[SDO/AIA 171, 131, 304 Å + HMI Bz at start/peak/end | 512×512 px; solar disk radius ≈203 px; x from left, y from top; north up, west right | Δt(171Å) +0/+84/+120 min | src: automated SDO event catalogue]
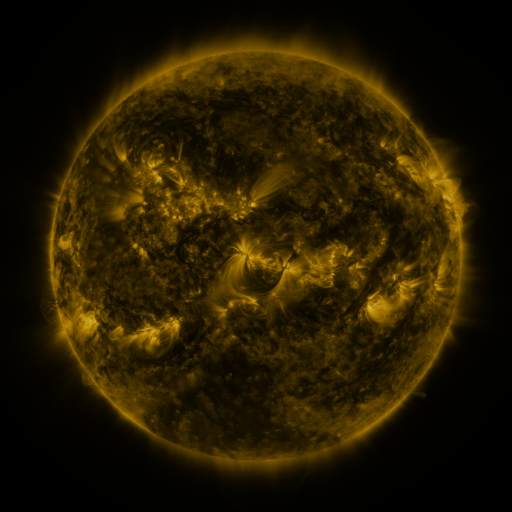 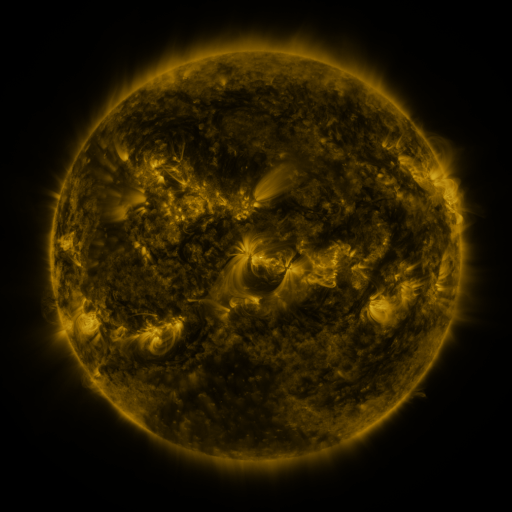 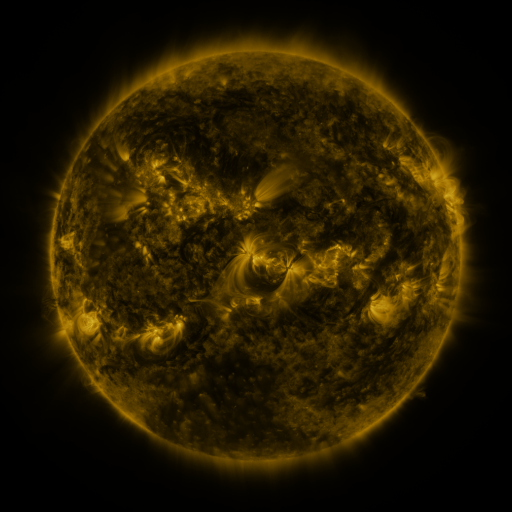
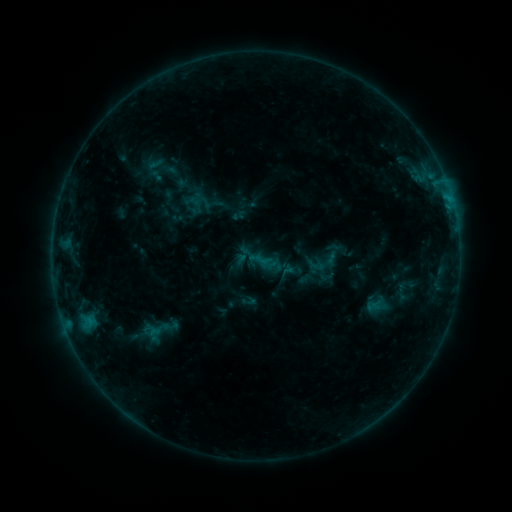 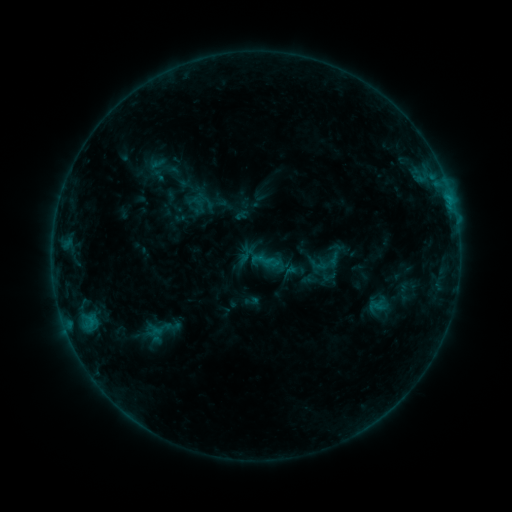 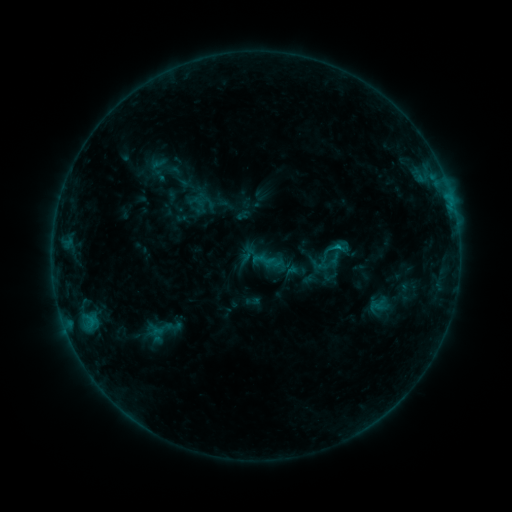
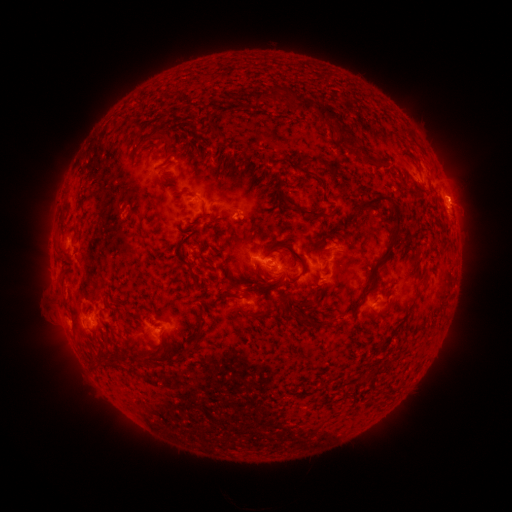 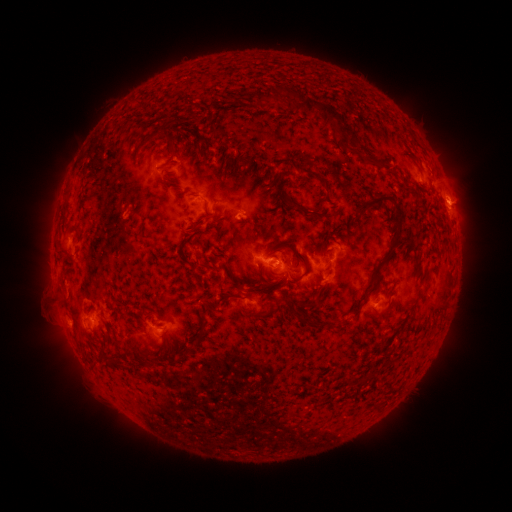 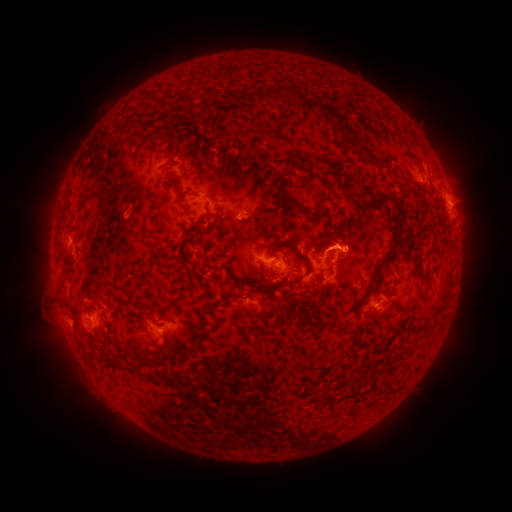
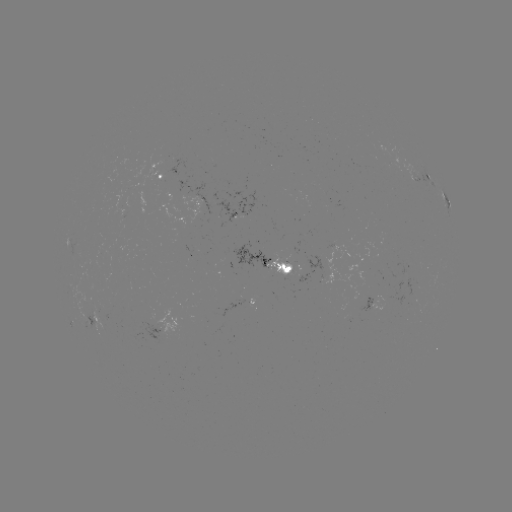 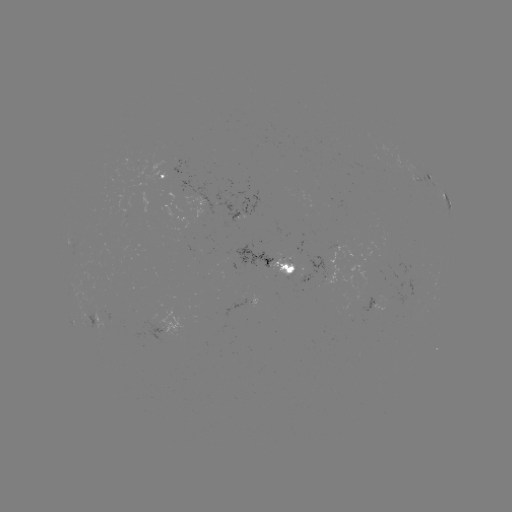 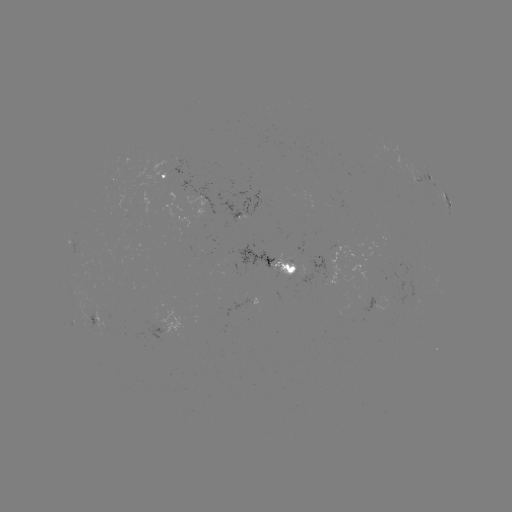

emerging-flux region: [269, 257, 294, 277]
